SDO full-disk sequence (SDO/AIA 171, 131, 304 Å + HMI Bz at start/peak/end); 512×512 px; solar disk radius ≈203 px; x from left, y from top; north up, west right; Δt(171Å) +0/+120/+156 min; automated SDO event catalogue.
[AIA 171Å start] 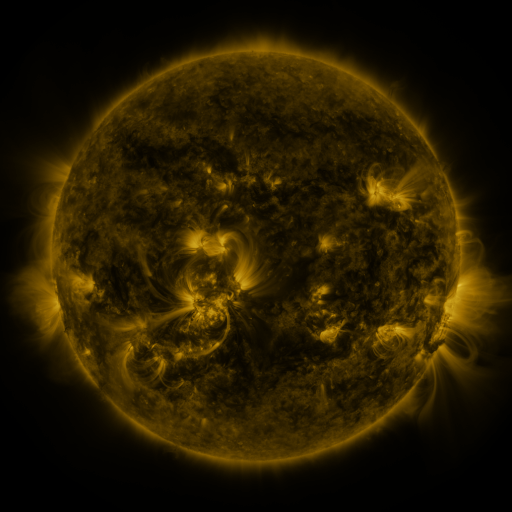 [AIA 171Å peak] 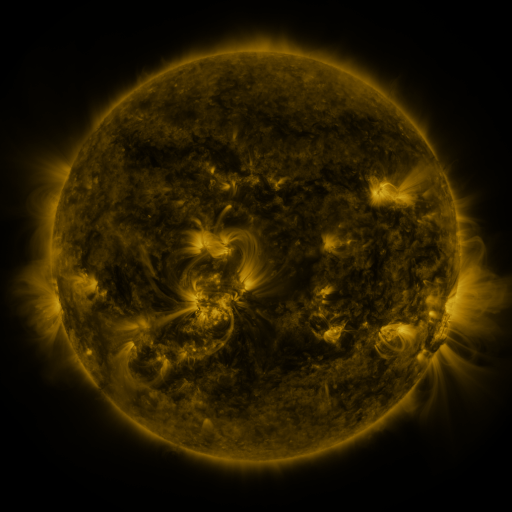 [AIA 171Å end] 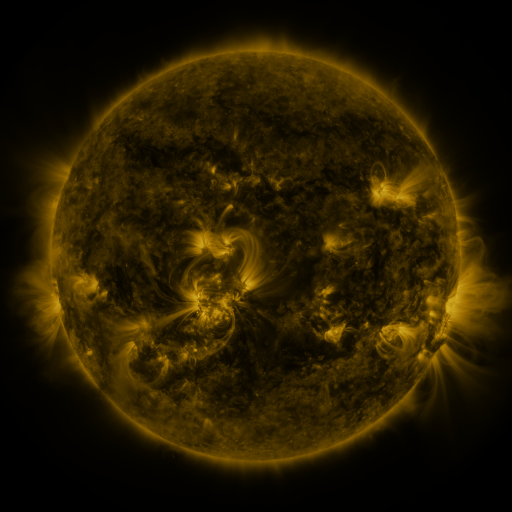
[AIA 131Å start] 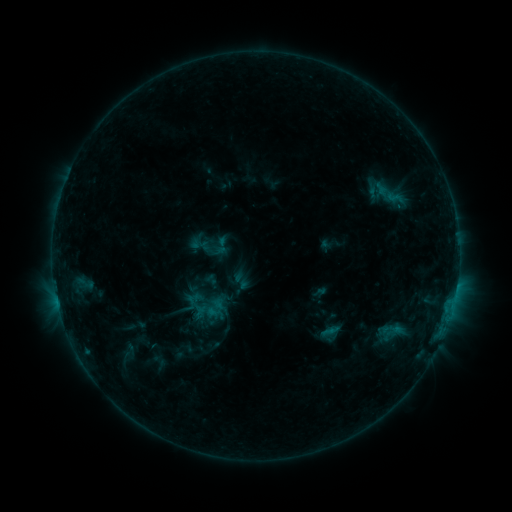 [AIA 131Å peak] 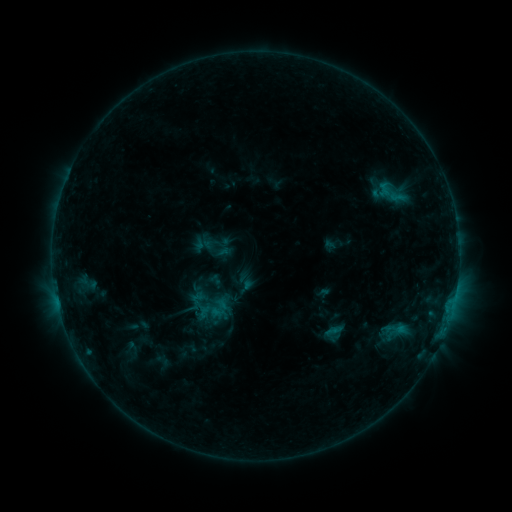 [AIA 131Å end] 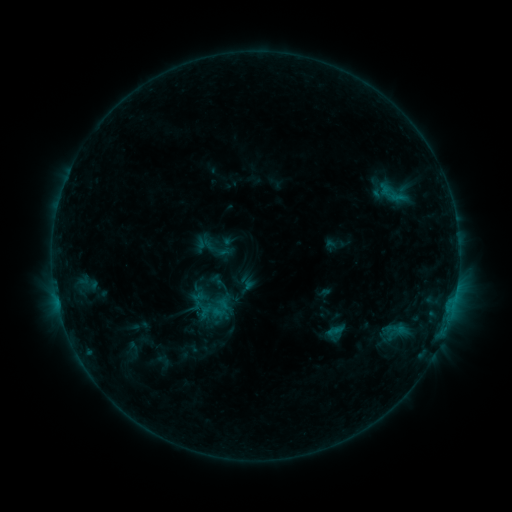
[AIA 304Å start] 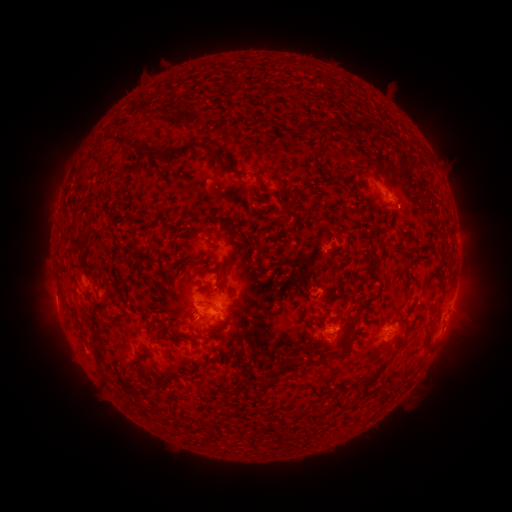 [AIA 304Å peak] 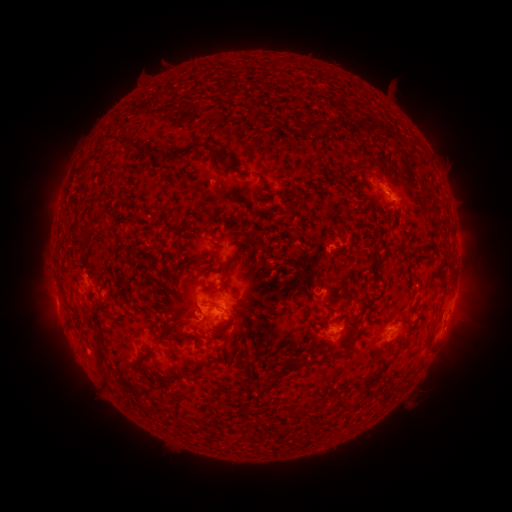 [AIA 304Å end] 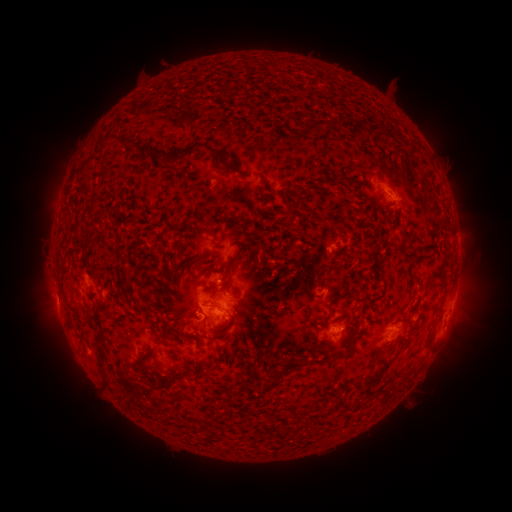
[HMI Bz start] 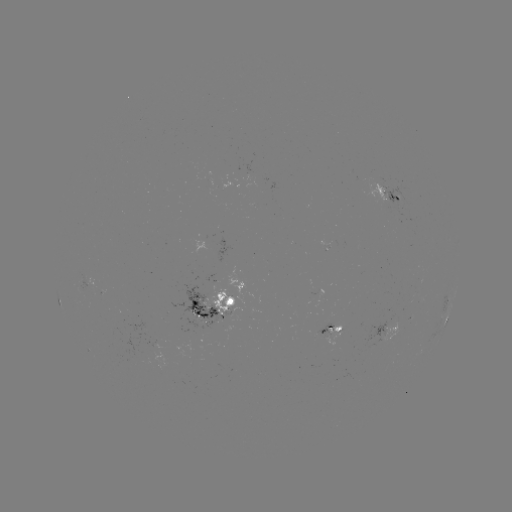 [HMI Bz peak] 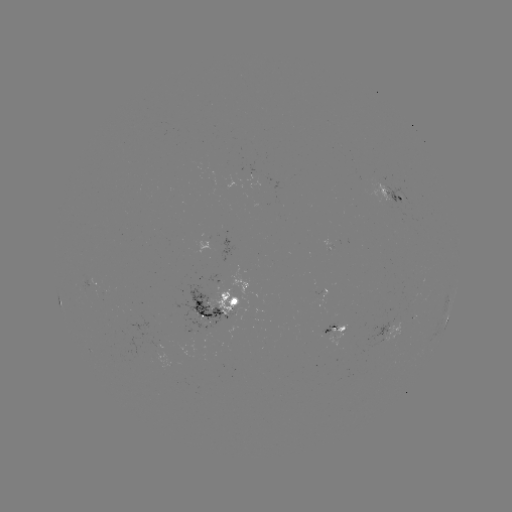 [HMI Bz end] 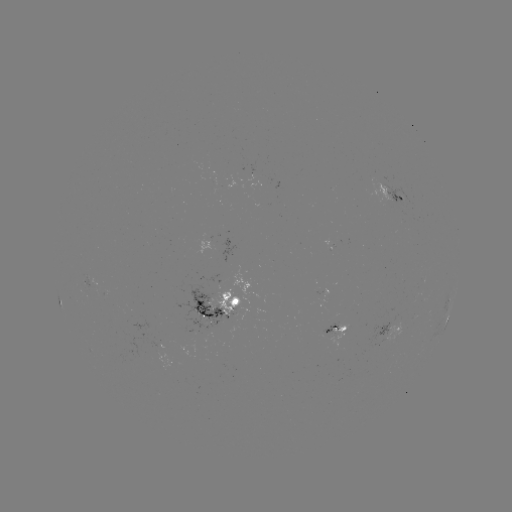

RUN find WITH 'emerging-flux region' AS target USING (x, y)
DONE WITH (347, 238) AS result